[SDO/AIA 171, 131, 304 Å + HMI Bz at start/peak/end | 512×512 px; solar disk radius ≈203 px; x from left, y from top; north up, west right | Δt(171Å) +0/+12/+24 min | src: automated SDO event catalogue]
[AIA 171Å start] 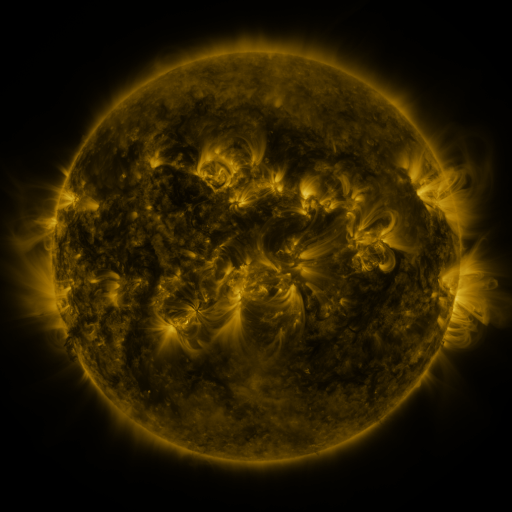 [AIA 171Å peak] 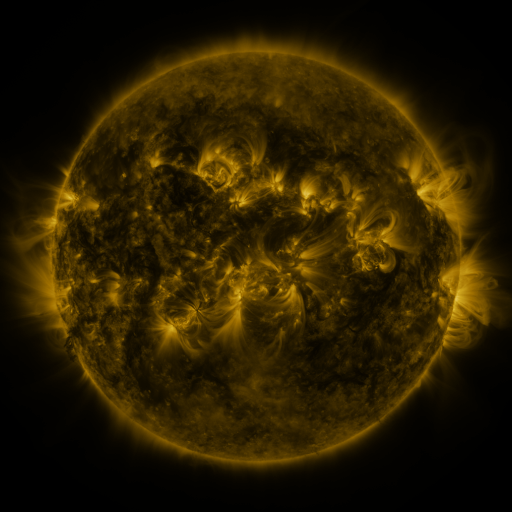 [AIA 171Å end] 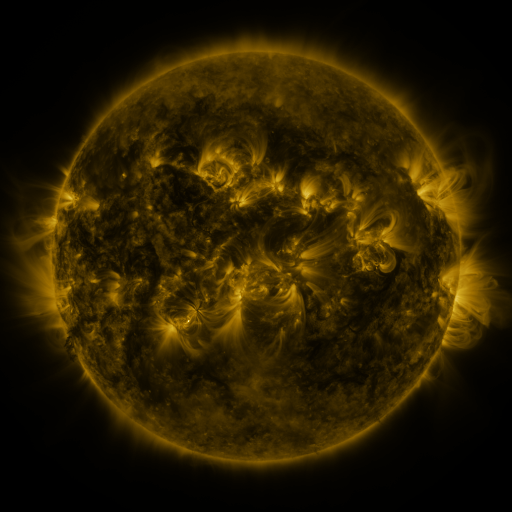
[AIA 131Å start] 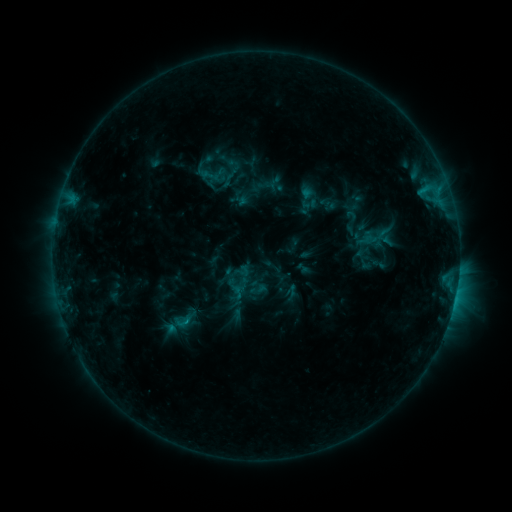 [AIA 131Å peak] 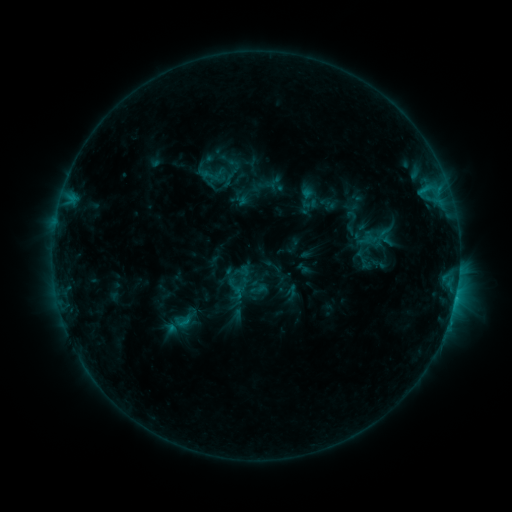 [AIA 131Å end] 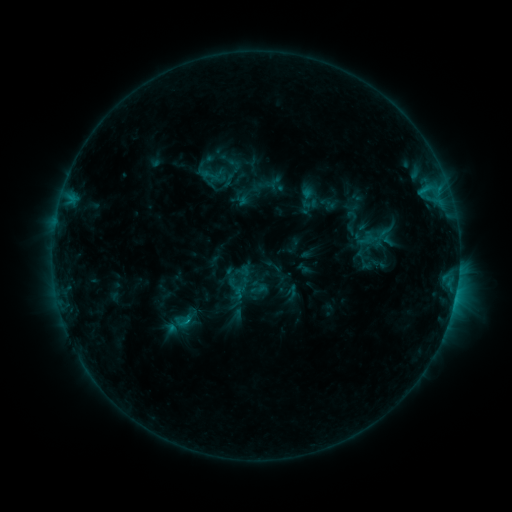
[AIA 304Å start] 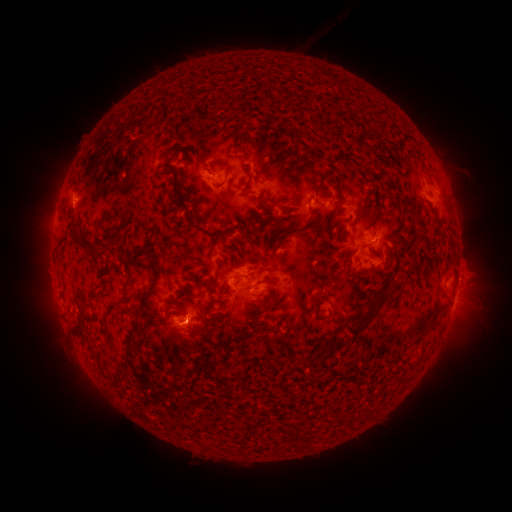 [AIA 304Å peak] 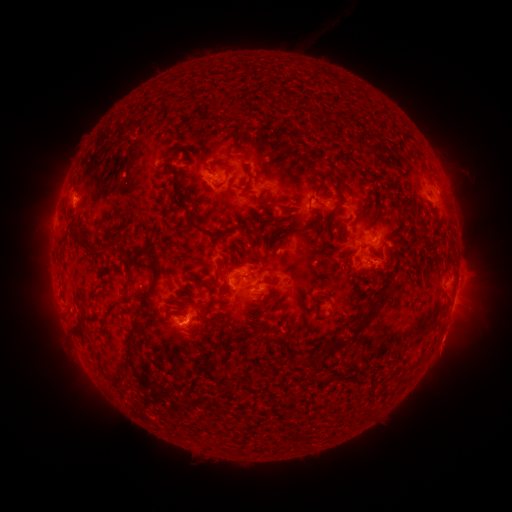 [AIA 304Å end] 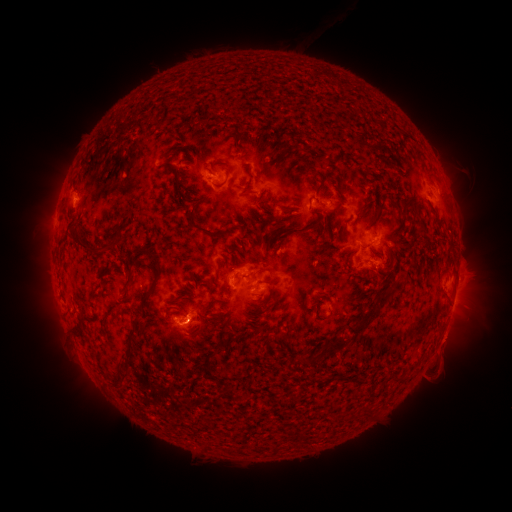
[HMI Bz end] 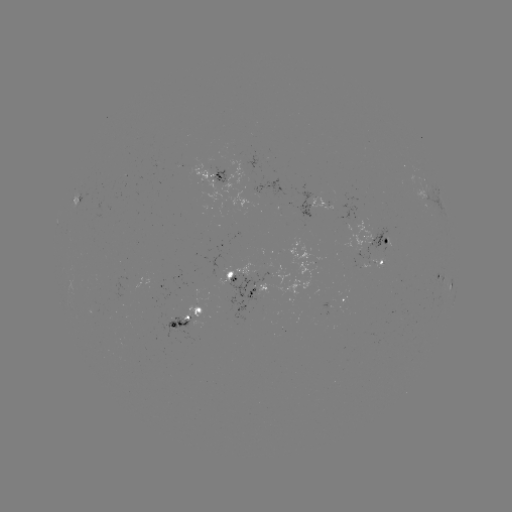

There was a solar eruption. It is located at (450, 343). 